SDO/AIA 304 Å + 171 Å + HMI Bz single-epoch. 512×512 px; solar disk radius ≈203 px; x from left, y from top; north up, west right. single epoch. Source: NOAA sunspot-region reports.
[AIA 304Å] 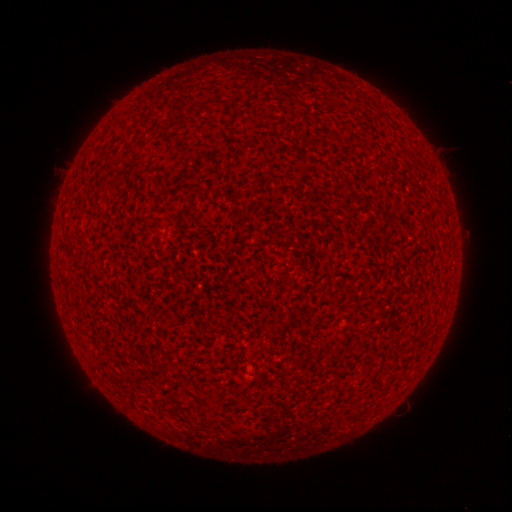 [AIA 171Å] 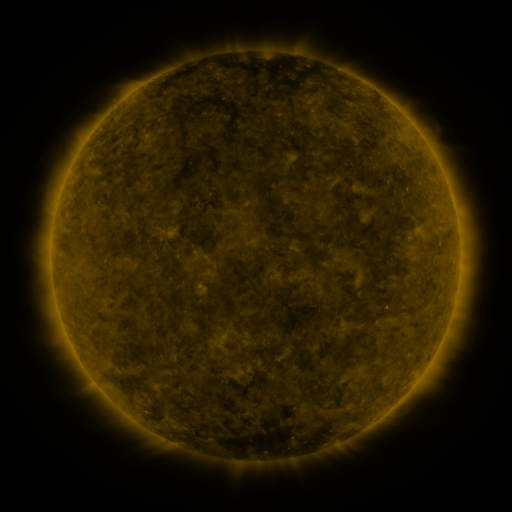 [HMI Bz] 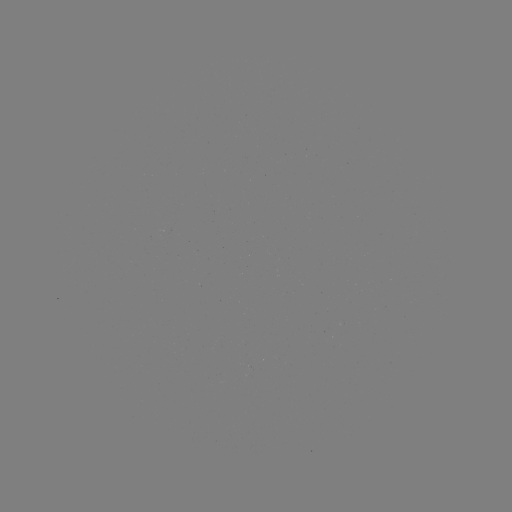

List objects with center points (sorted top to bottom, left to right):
(none)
